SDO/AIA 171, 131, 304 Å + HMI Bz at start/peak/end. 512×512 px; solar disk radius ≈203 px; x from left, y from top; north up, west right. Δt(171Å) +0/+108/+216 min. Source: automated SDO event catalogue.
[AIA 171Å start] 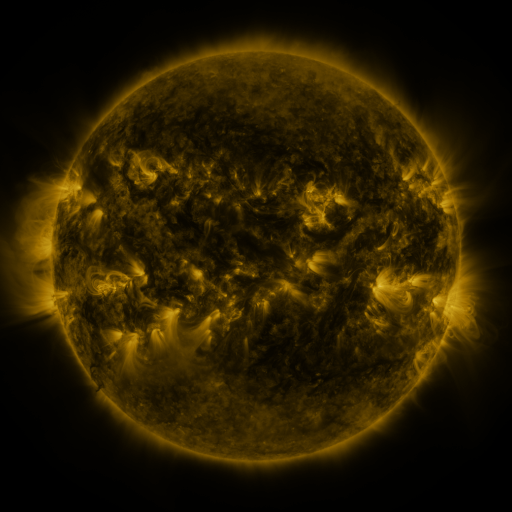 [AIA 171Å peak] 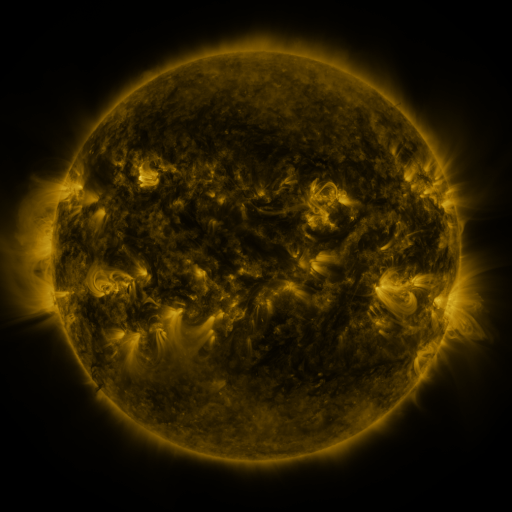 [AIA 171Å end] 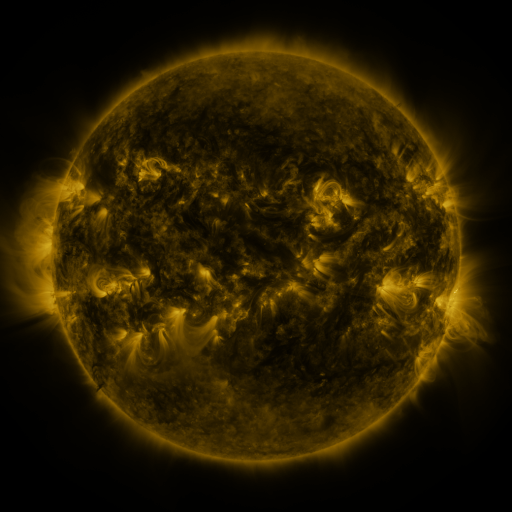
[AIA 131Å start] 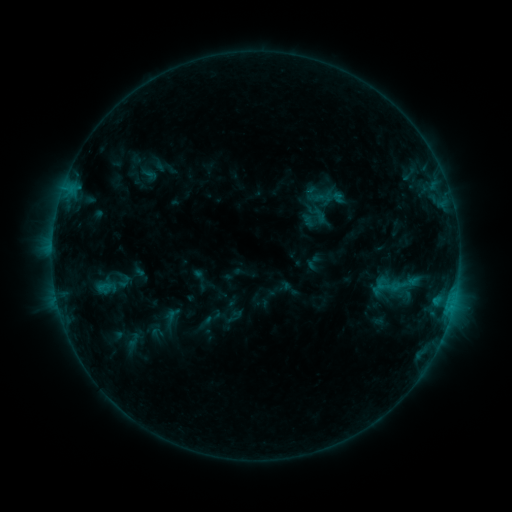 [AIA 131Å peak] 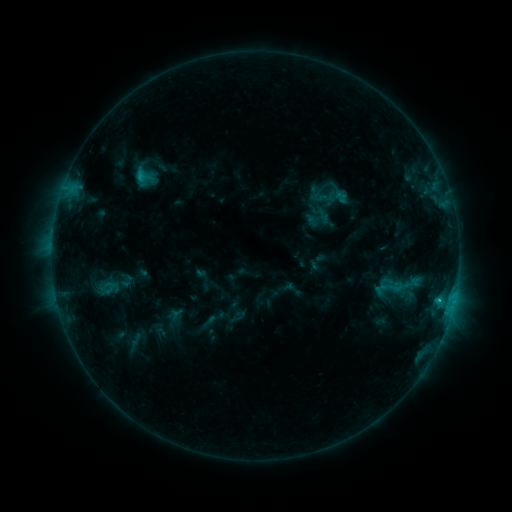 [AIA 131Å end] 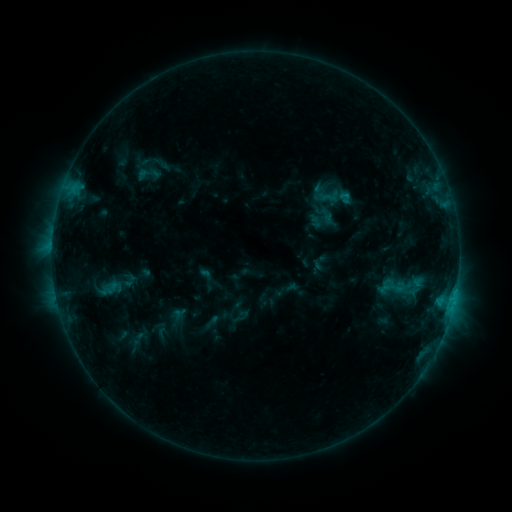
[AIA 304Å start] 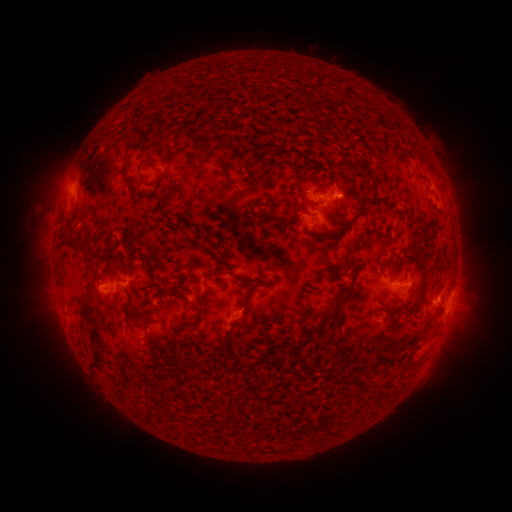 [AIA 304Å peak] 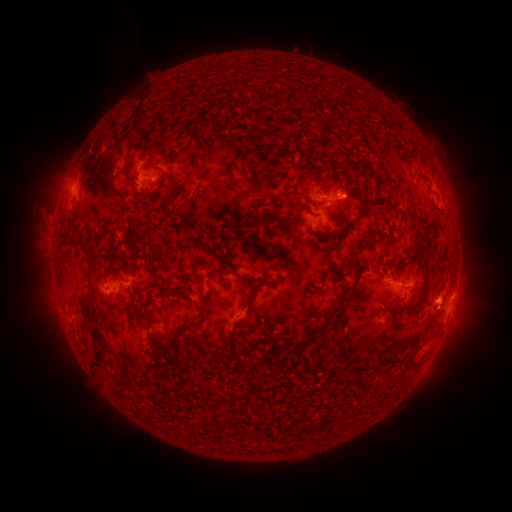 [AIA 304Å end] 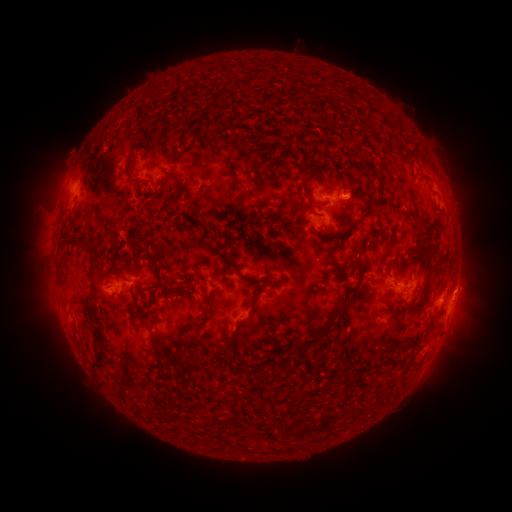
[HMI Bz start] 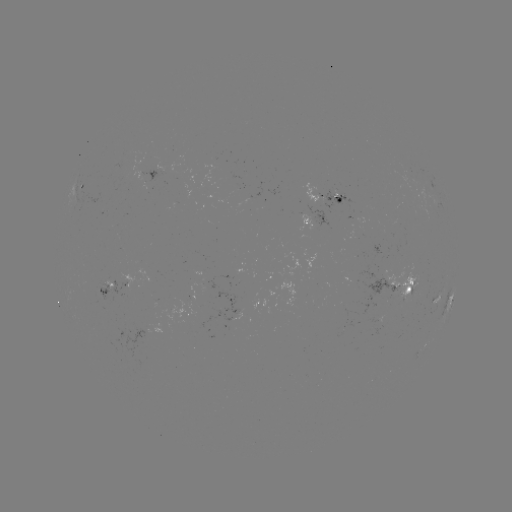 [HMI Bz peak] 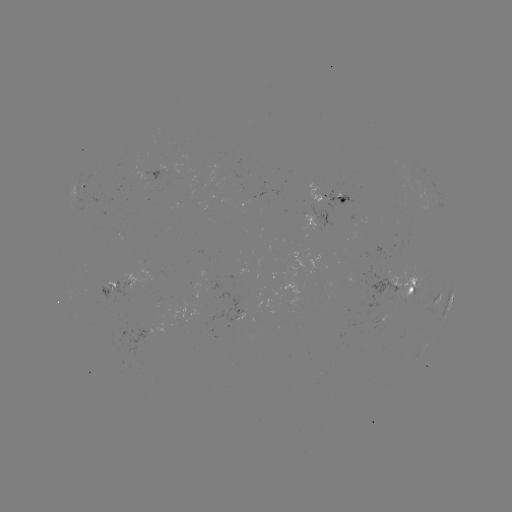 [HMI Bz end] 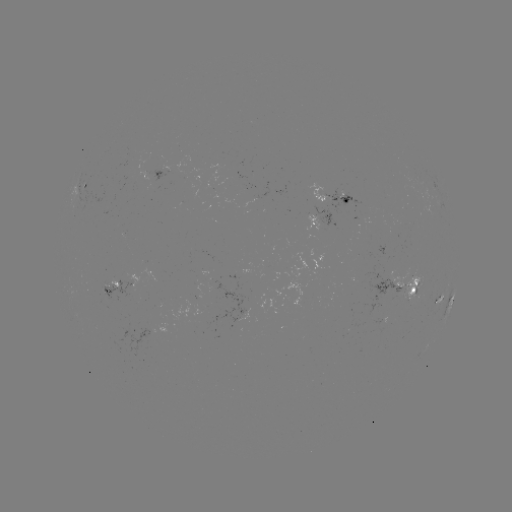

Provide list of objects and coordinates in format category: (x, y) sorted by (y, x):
filament eruption: (124, 149)
